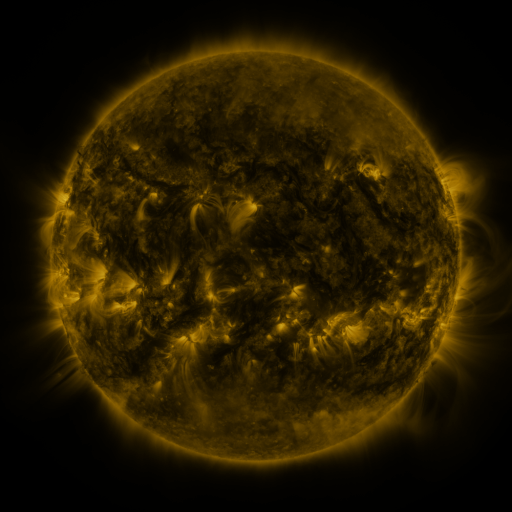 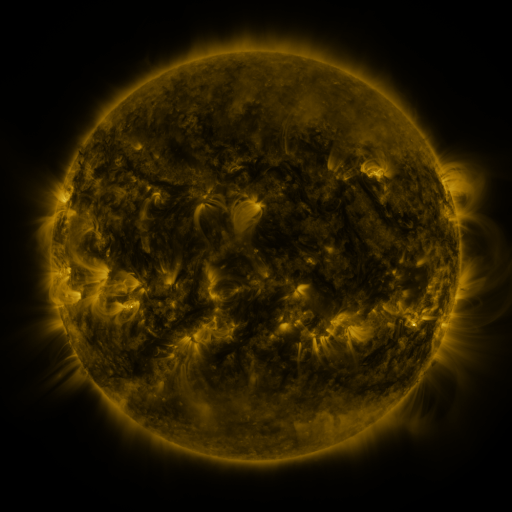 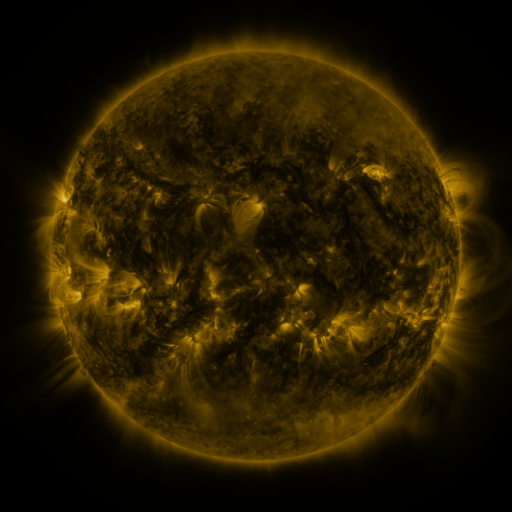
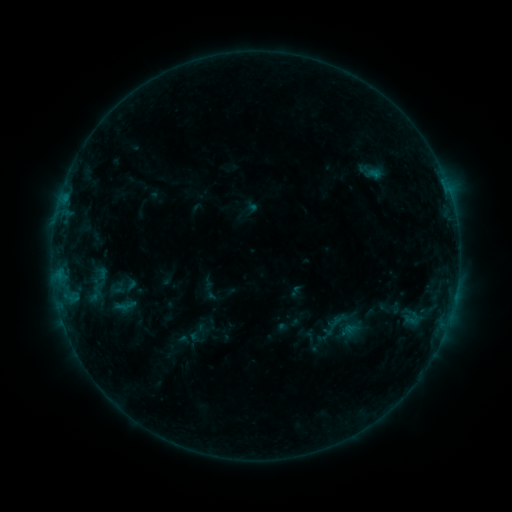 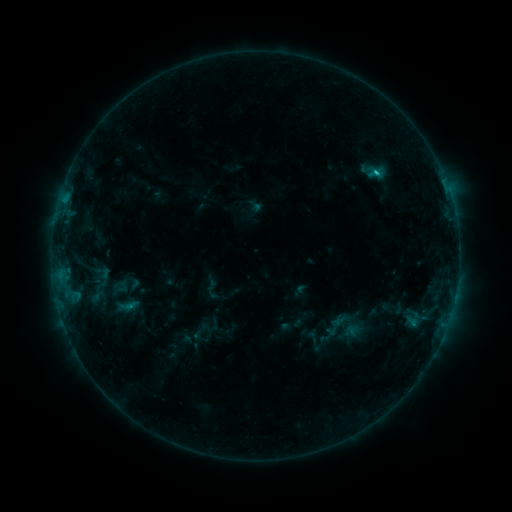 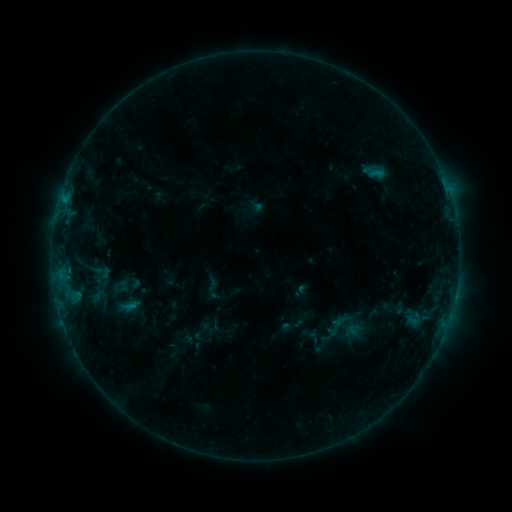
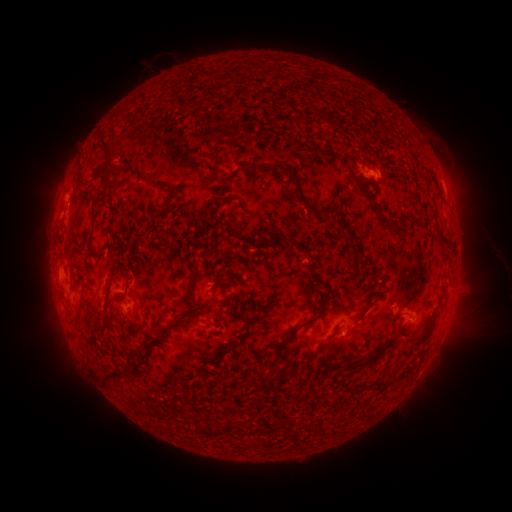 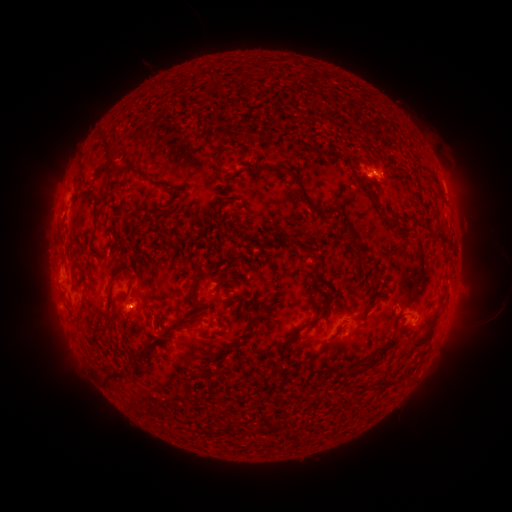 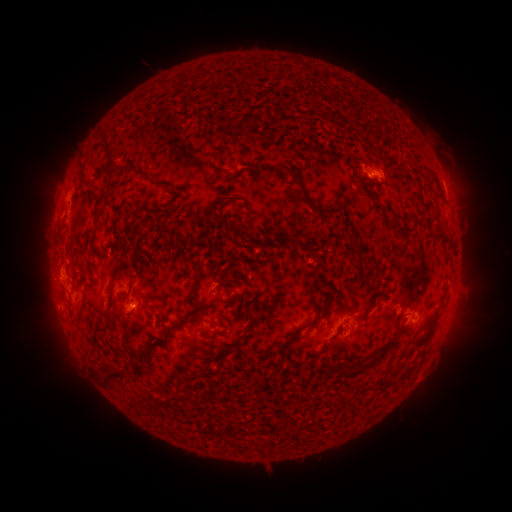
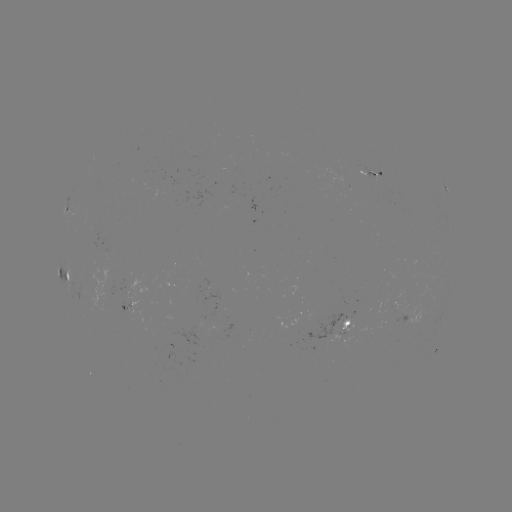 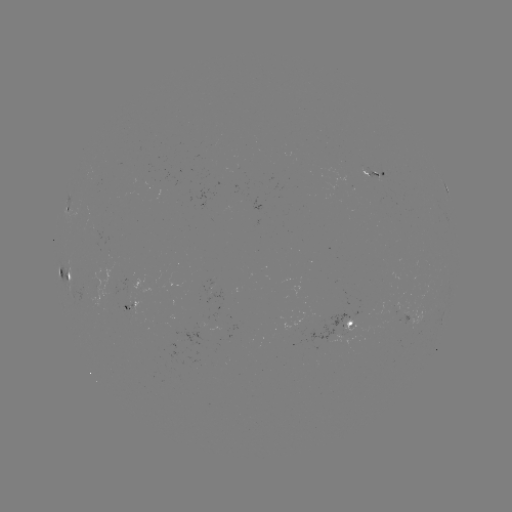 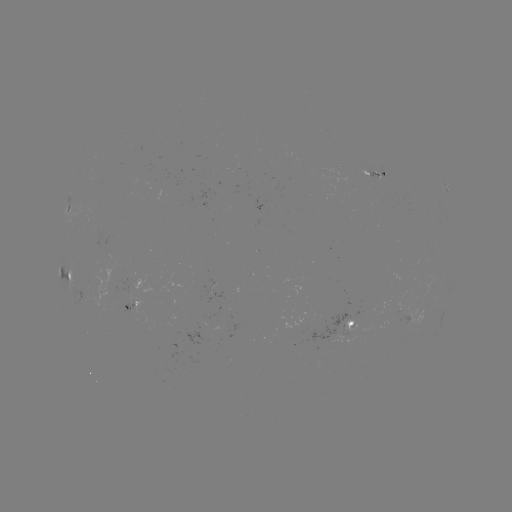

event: emerging-flux region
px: (125, 307)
